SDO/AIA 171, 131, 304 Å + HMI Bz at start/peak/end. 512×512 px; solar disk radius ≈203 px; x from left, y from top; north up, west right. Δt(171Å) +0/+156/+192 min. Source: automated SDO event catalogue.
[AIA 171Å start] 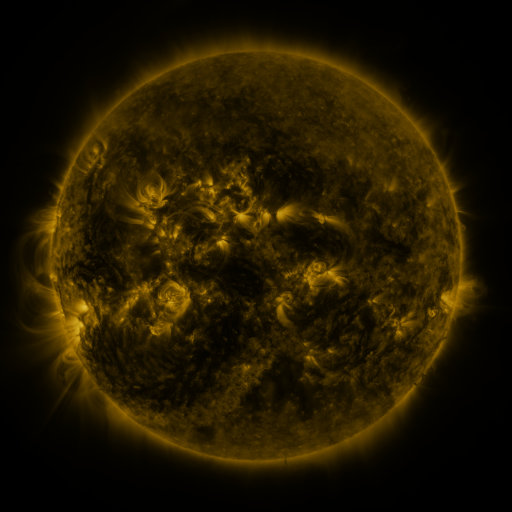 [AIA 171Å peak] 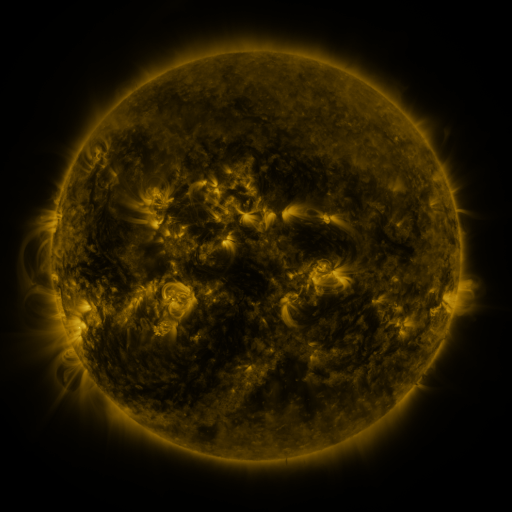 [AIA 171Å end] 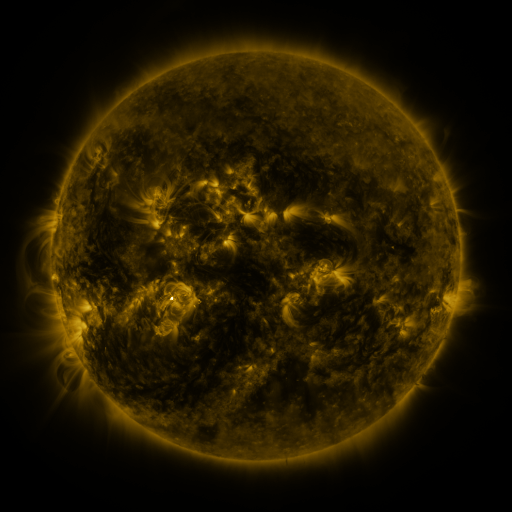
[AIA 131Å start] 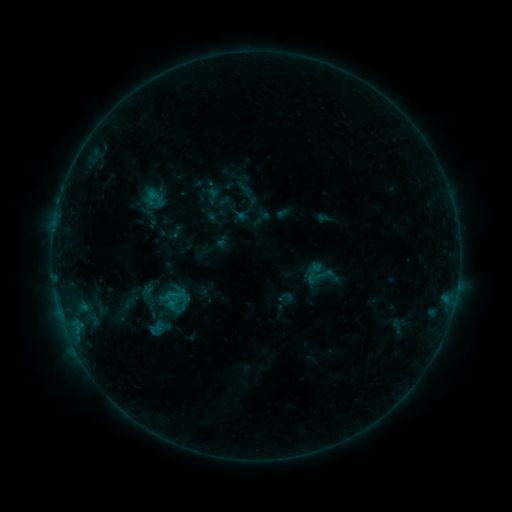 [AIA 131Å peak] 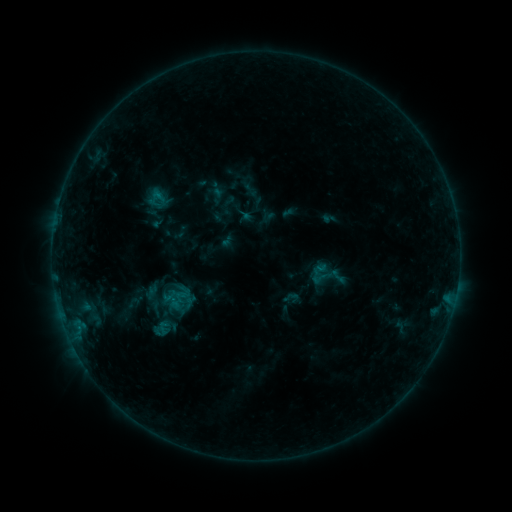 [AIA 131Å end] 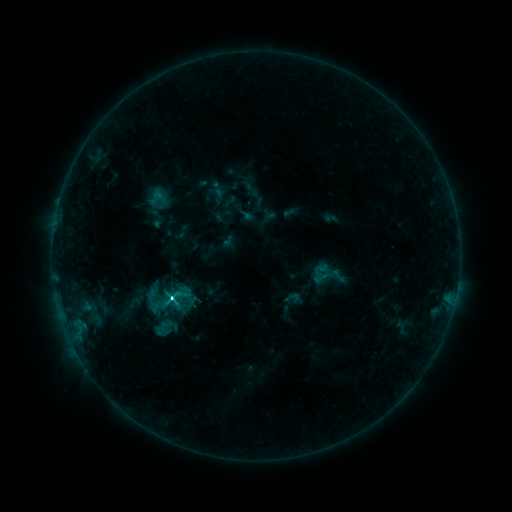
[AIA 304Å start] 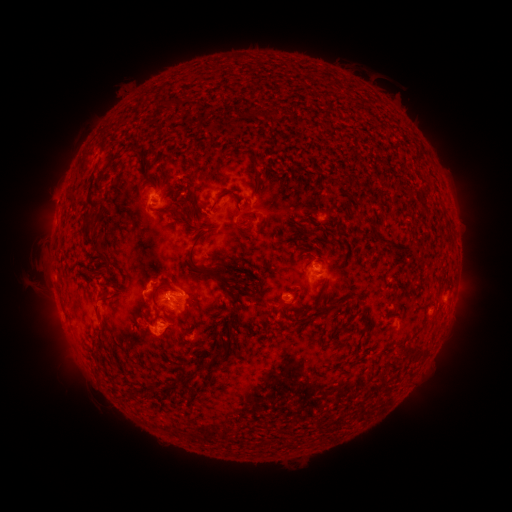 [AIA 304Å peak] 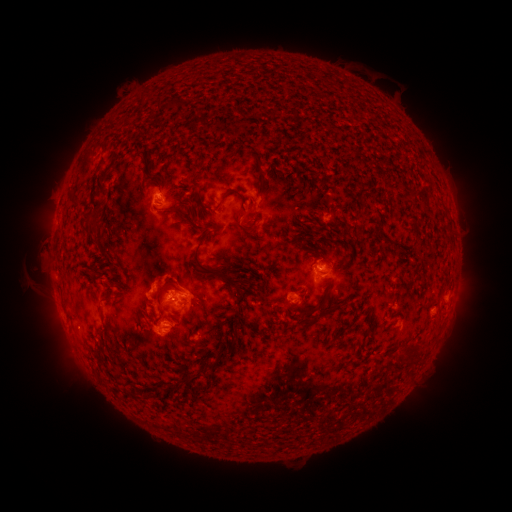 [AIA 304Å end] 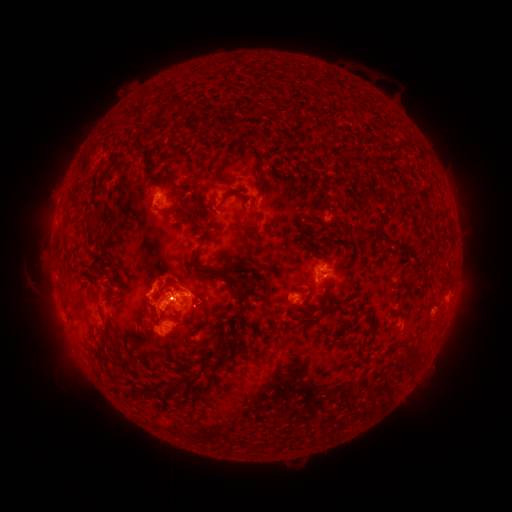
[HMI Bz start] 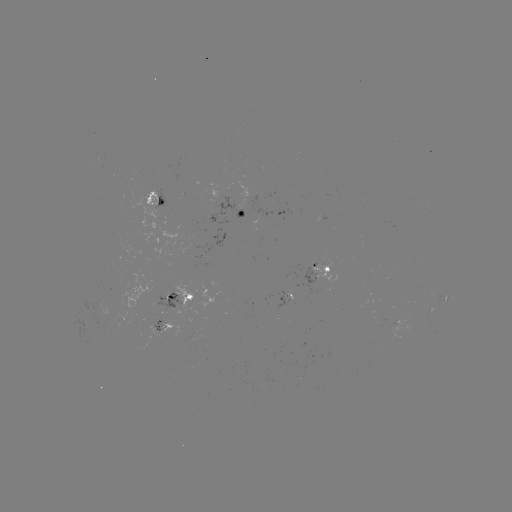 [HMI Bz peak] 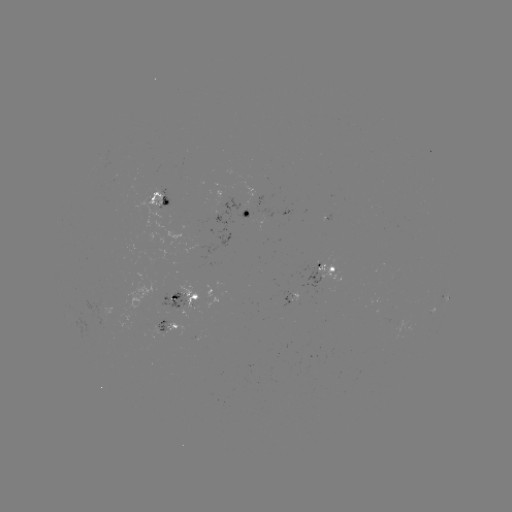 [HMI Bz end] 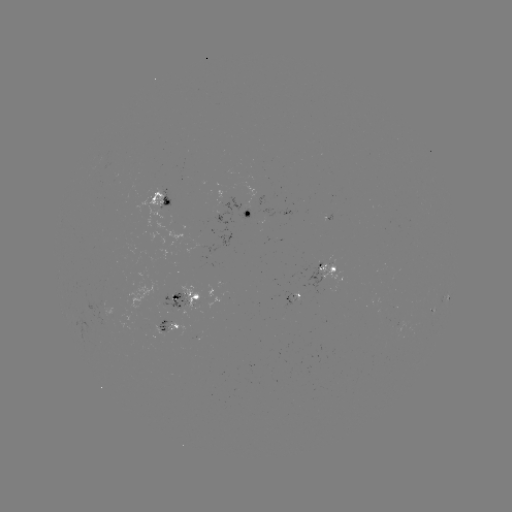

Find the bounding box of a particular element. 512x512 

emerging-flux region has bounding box [158, 292, 188, 310].